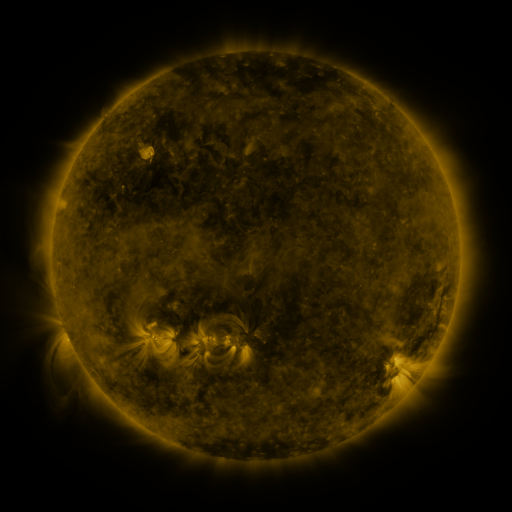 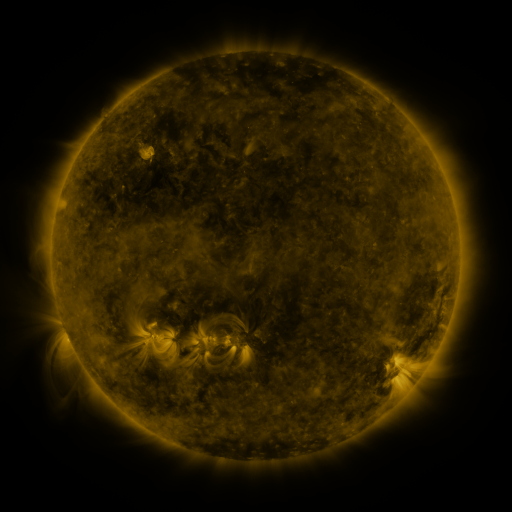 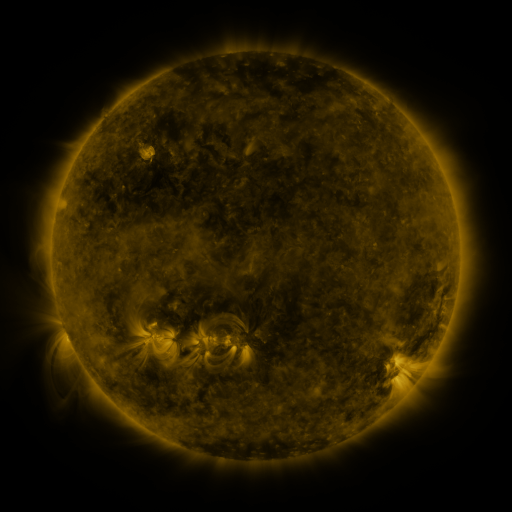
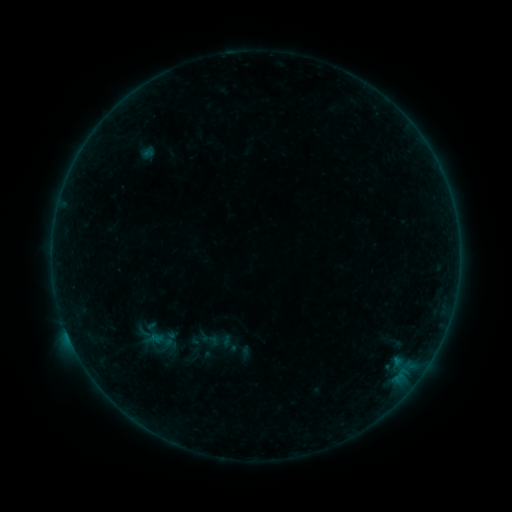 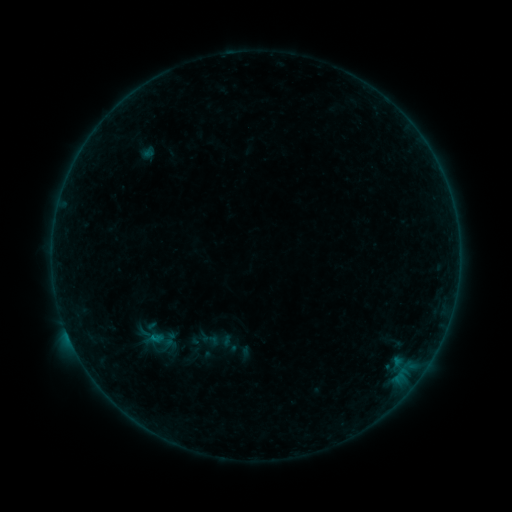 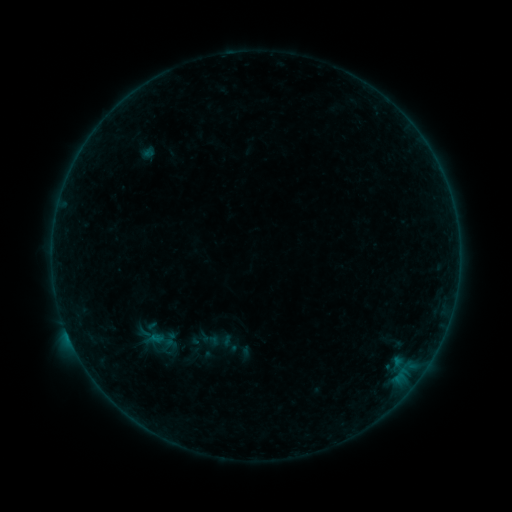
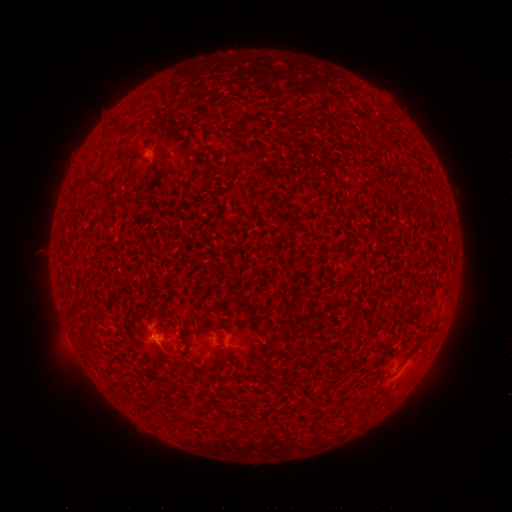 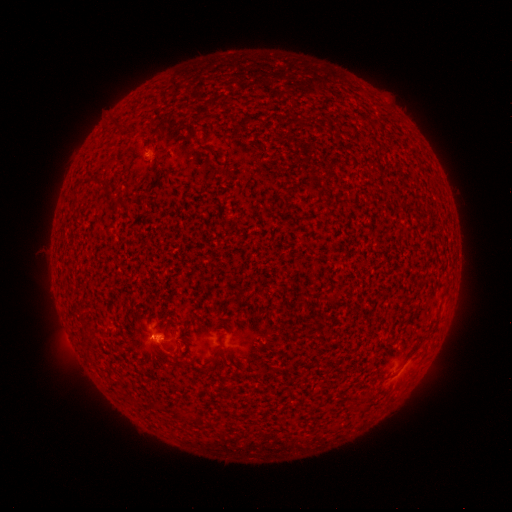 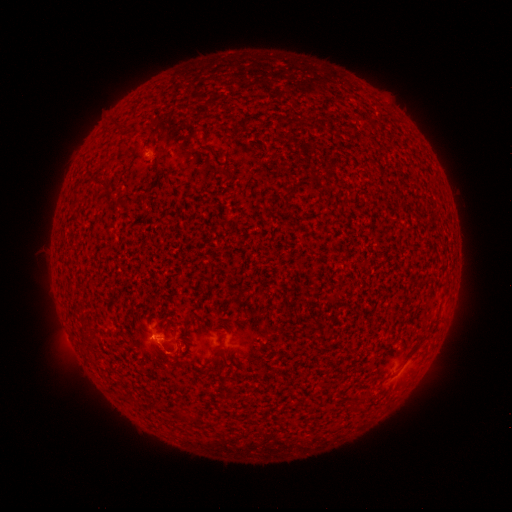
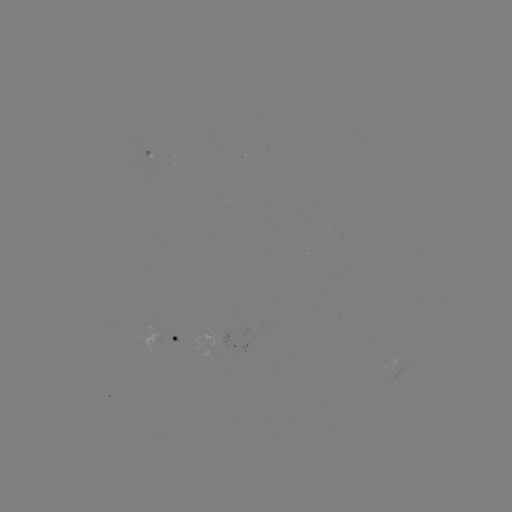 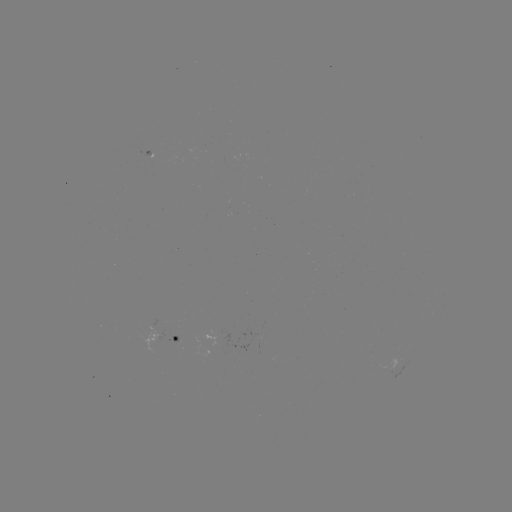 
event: flare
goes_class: B4.4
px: (155, 338)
